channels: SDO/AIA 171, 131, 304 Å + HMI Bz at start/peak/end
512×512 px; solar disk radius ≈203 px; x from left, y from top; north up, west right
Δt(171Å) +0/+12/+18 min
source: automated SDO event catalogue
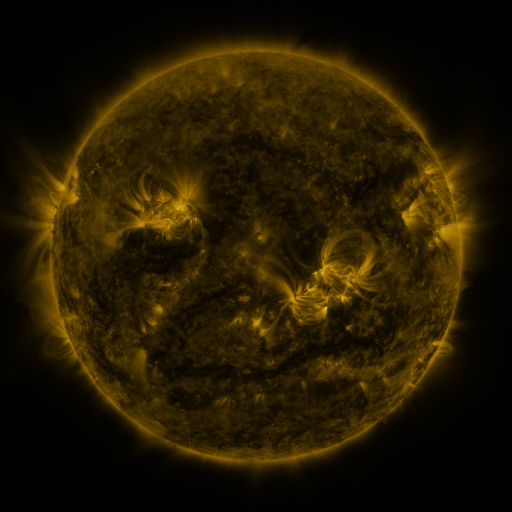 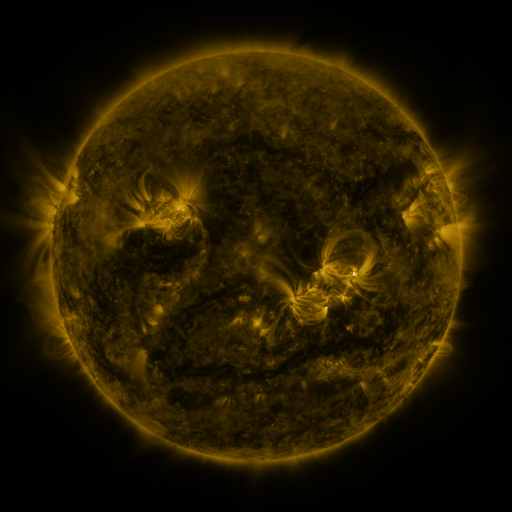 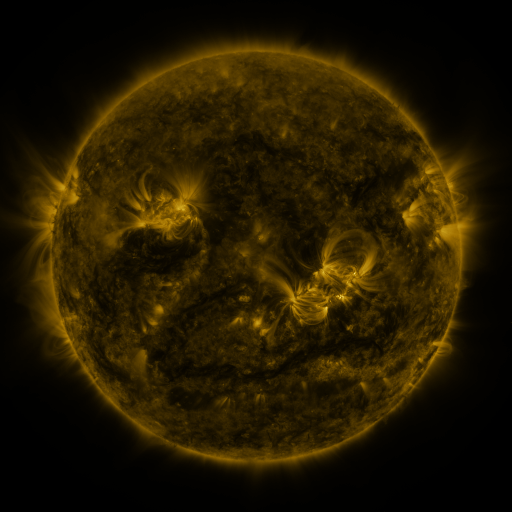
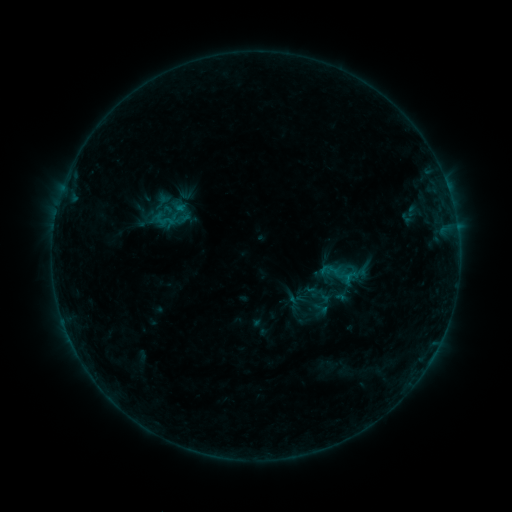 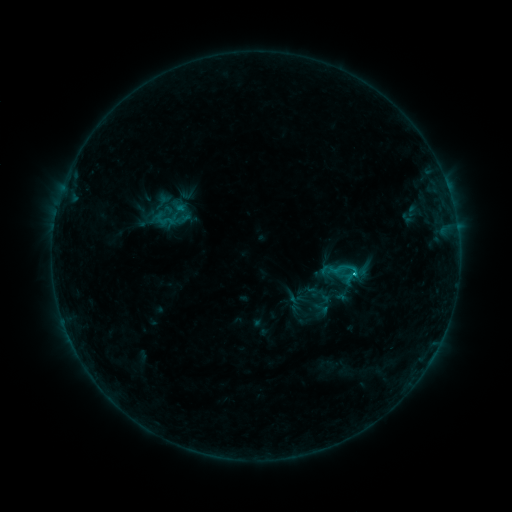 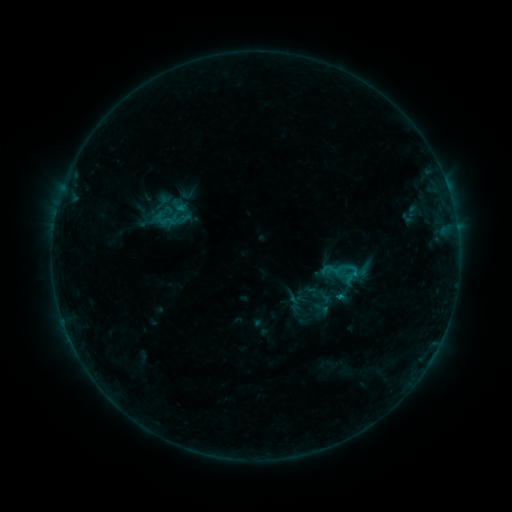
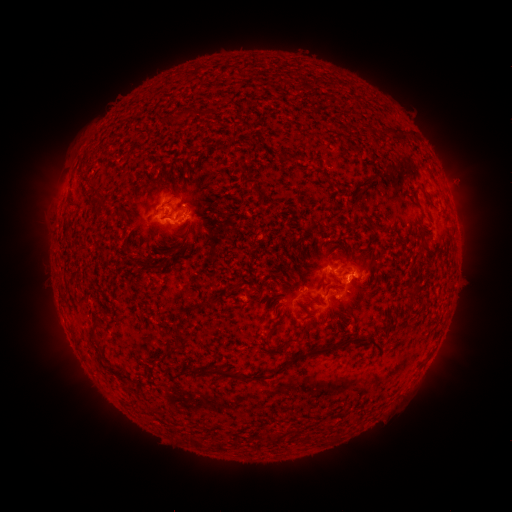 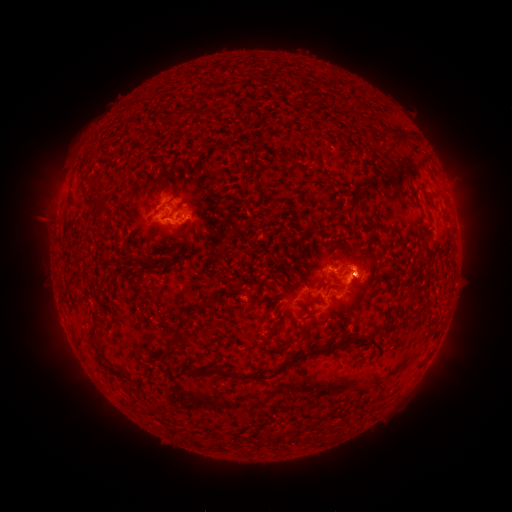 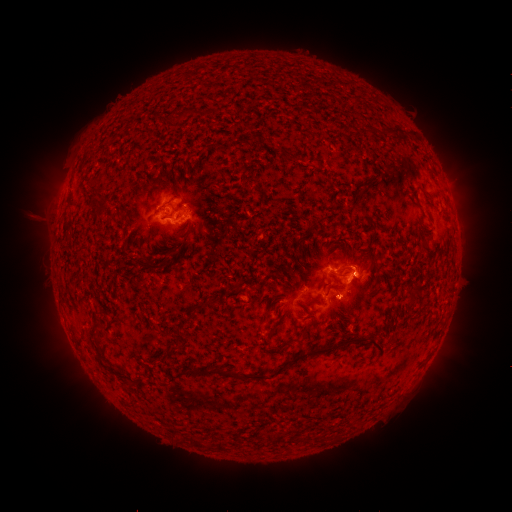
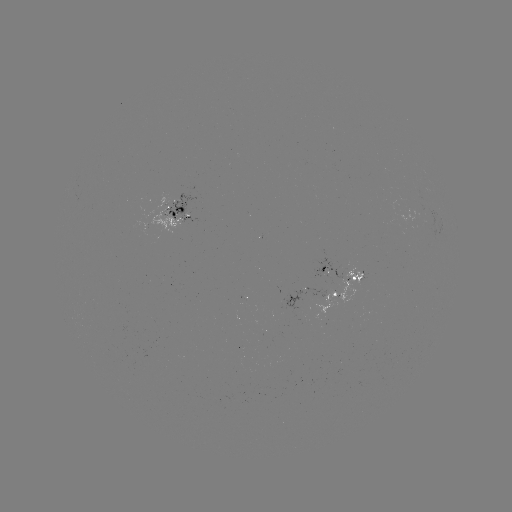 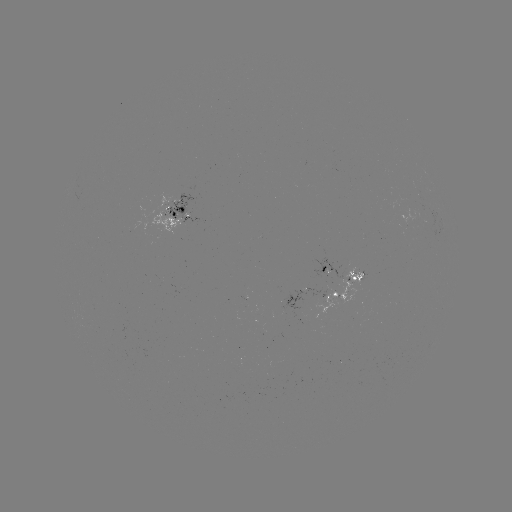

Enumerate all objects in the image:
C1.0 flare: (354, 271)
